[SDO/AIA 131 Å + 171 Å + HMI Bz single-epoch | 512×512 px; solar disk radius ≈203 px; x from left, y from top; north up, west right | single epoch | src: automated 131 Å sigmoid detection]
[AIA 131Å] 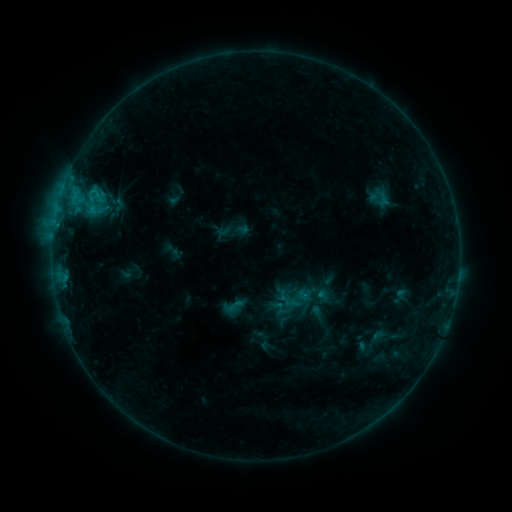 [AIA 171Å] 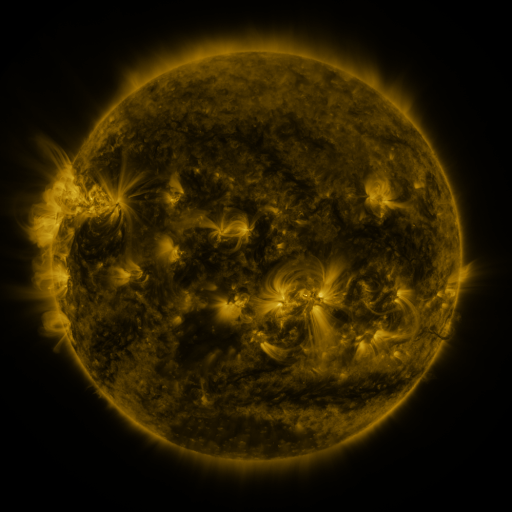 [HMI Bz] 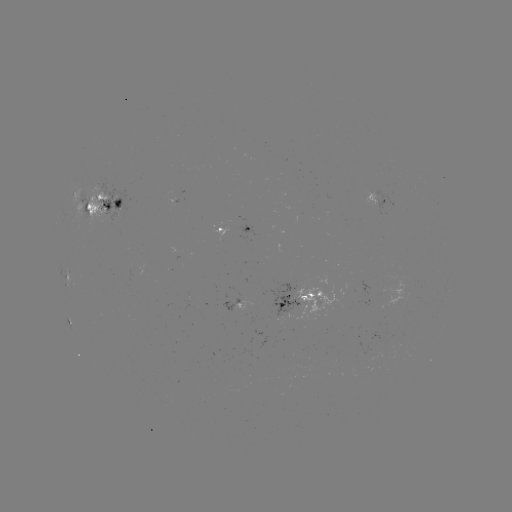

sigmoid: (225, 297, 244, 314)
